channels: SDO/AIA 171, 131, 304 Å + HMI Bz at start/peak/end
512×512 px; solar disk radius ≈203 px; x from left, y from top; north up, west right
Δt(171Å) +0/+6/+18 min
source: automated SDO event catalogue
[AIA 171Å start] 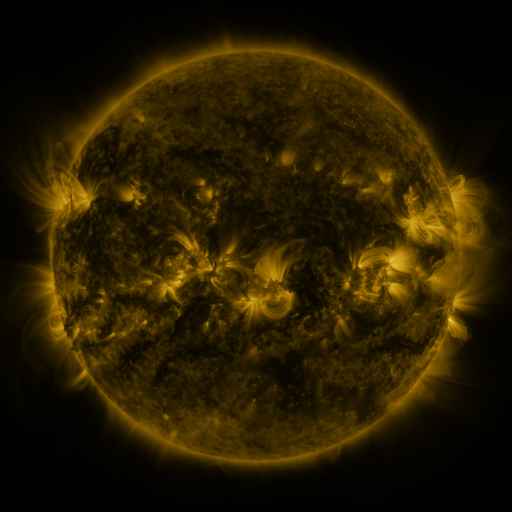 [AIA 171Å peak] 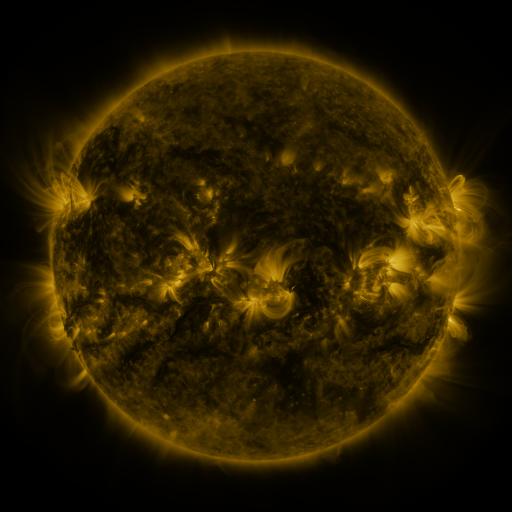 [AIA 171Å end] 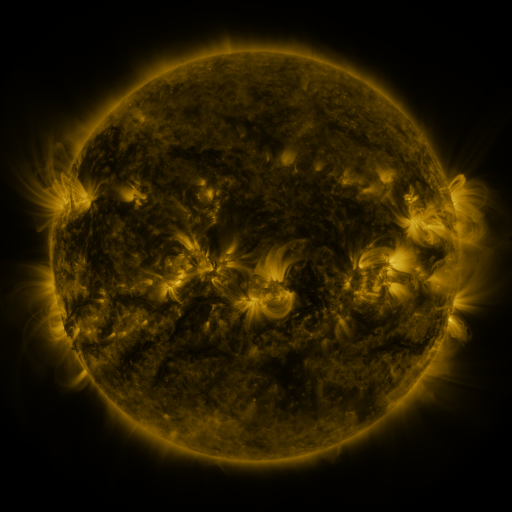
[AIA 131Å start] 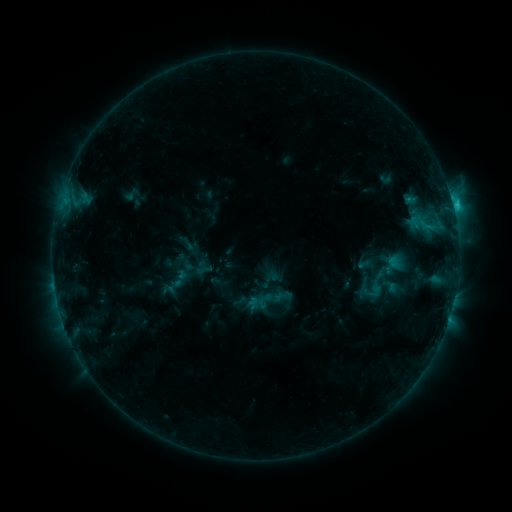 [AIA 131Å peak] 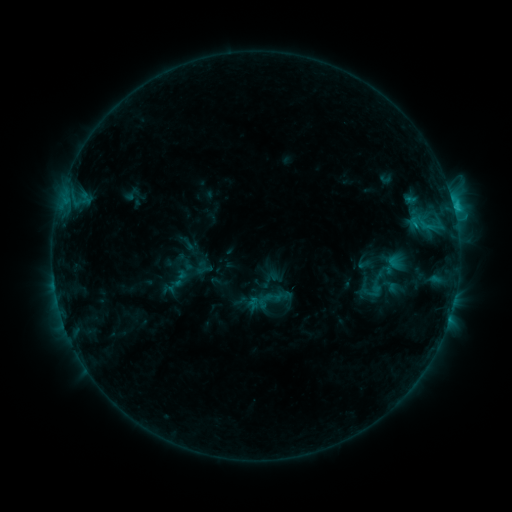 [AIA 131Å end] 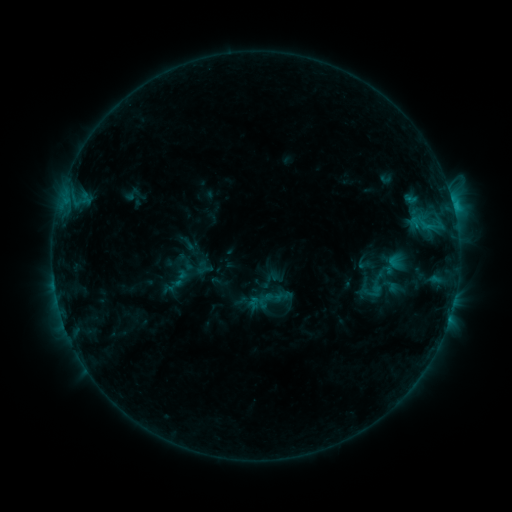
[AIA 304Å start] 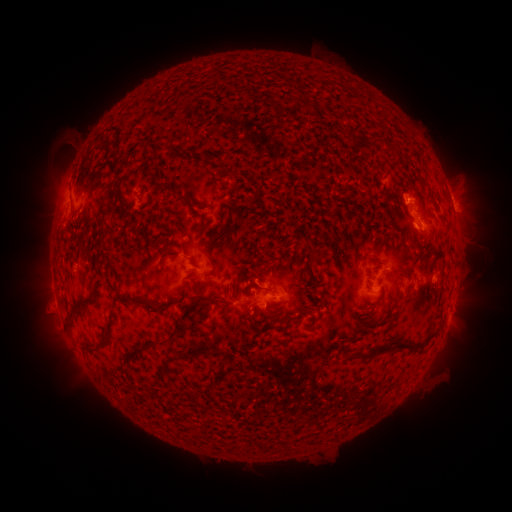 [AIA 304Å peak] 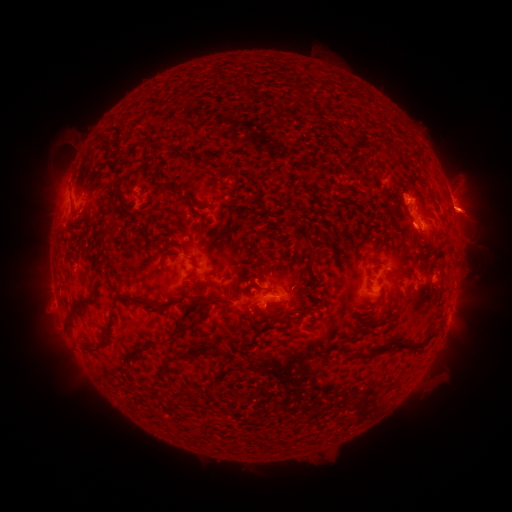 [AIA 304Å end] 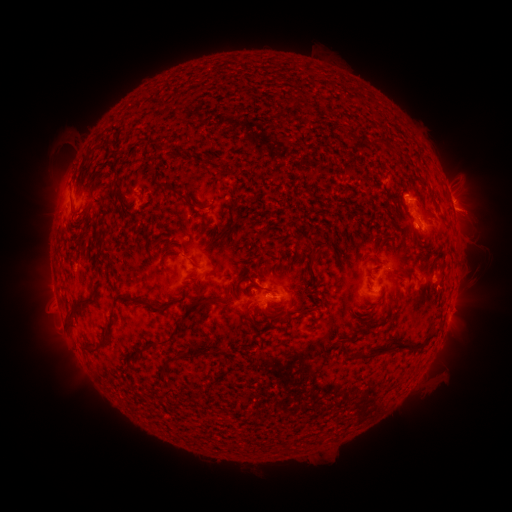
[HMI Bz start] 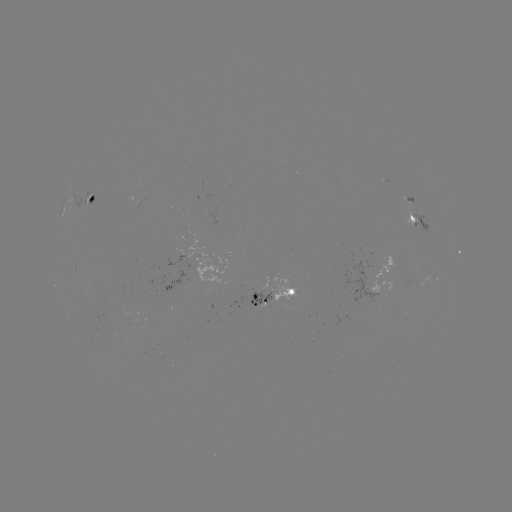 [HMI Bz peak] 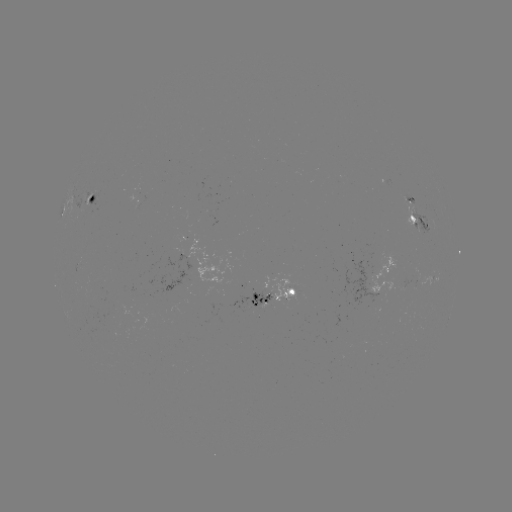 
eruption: <bbox>435, 153, 506, 246</bbox>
